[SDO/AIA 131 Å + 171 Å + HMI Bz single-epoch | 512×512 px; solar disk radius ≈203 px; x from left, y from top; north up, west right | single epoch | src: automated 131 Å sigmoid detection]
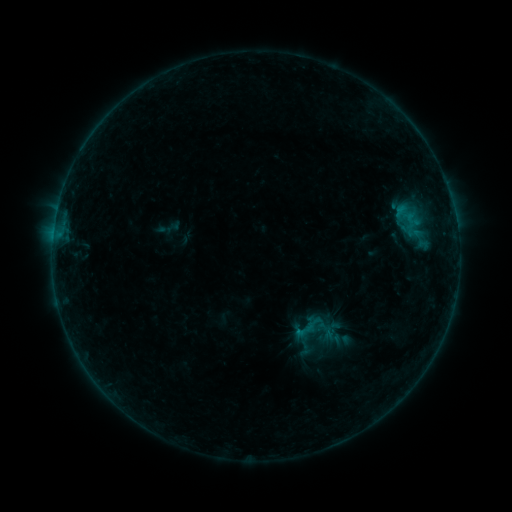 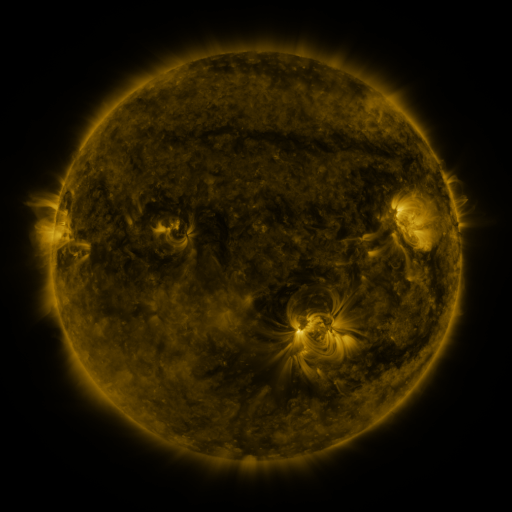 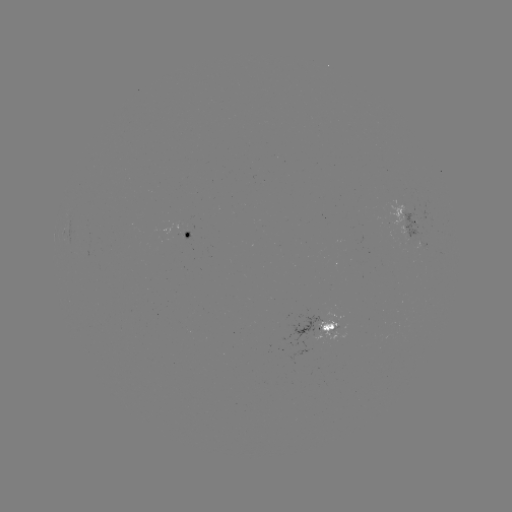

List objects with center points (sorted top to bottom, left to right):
sigmoid: (315, 331)
